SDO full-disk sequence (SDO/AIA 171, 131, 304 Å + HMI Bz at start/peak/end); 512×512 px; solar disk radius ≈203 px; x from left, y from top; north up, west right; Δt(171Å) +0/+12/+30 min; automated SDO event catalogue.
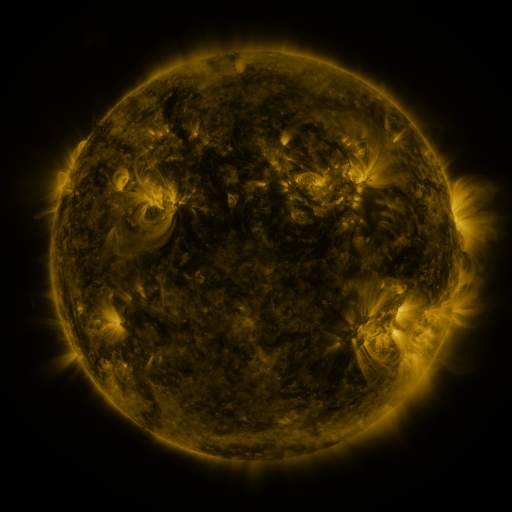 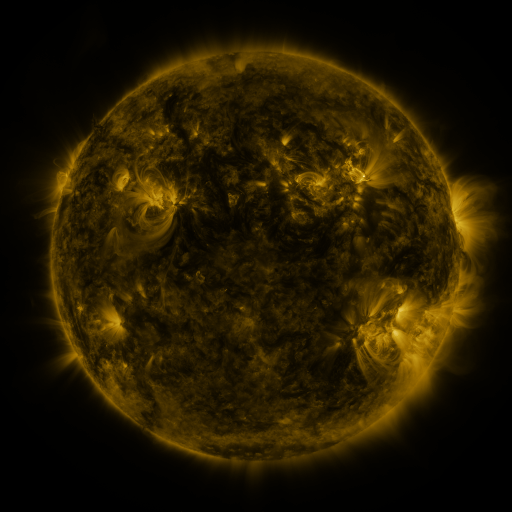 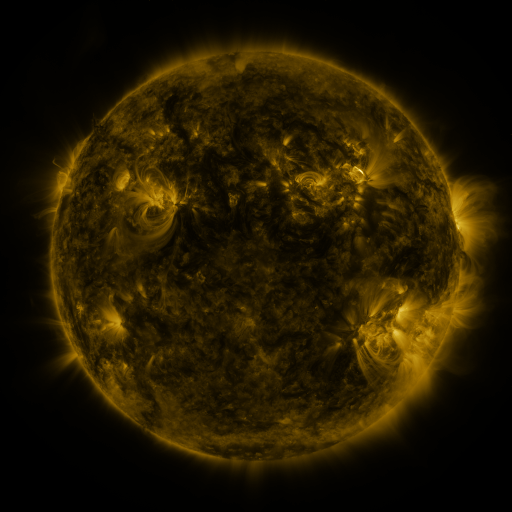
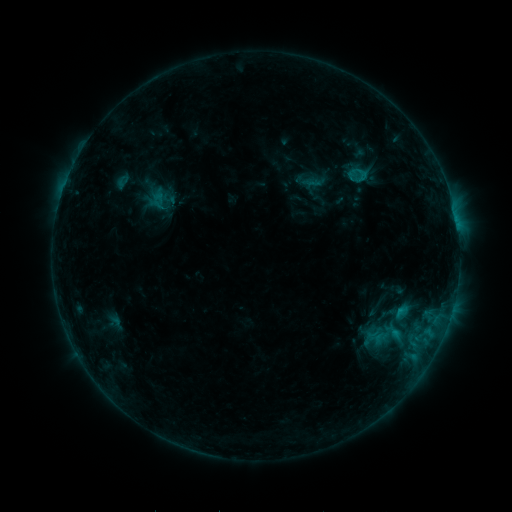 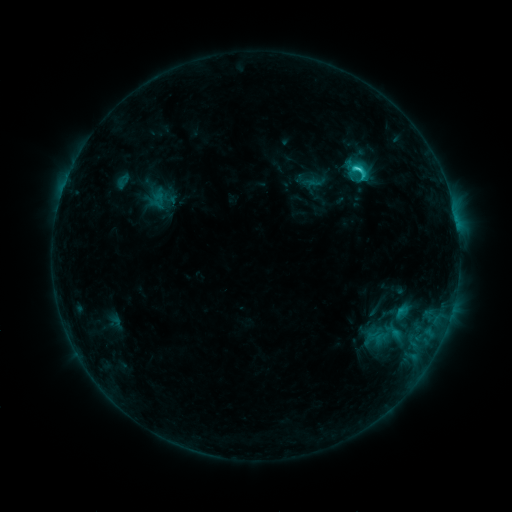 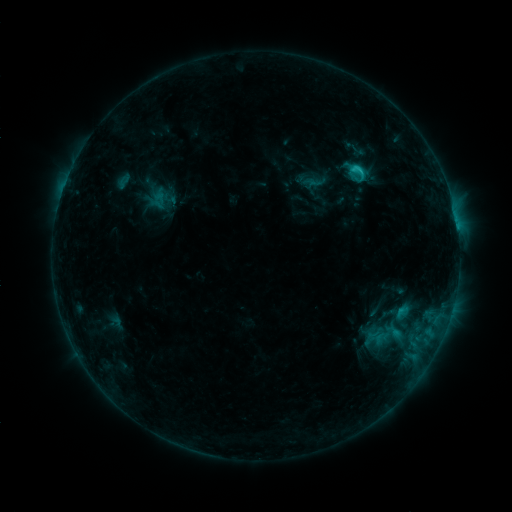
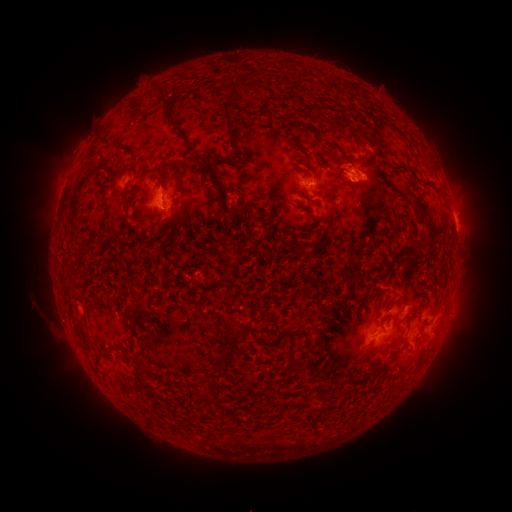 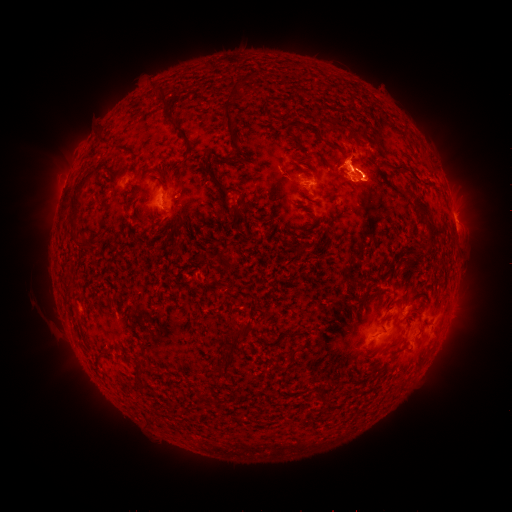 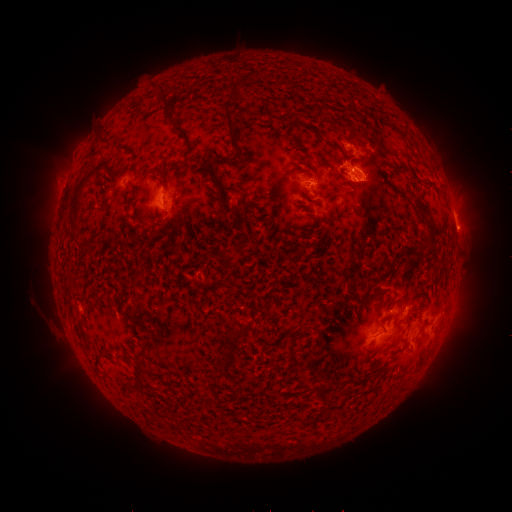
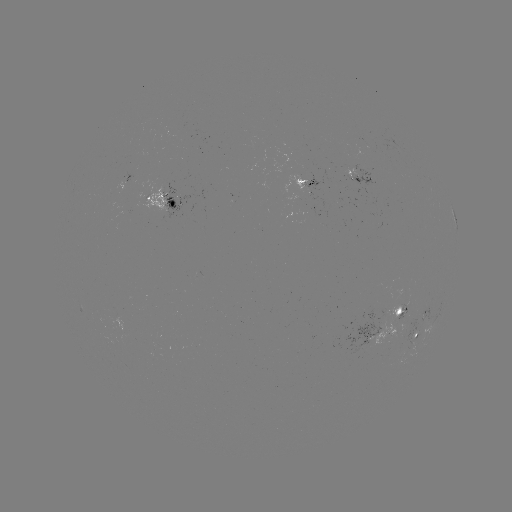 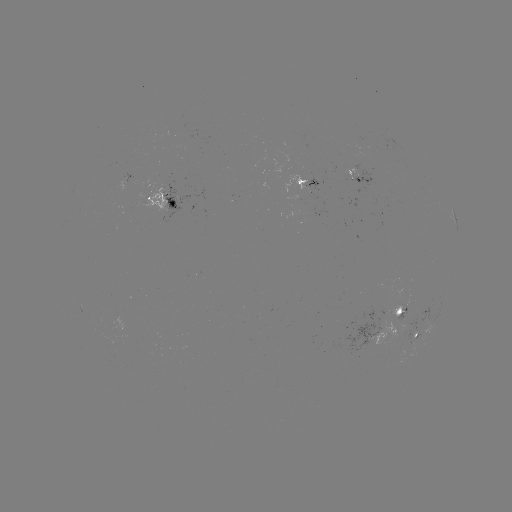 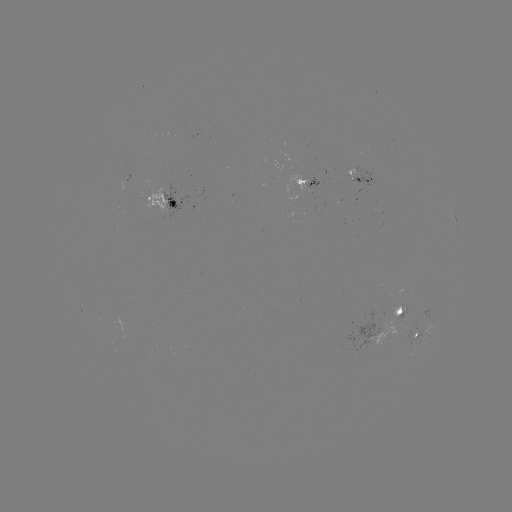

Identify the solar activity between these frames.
C2.6 flare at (356, 169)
